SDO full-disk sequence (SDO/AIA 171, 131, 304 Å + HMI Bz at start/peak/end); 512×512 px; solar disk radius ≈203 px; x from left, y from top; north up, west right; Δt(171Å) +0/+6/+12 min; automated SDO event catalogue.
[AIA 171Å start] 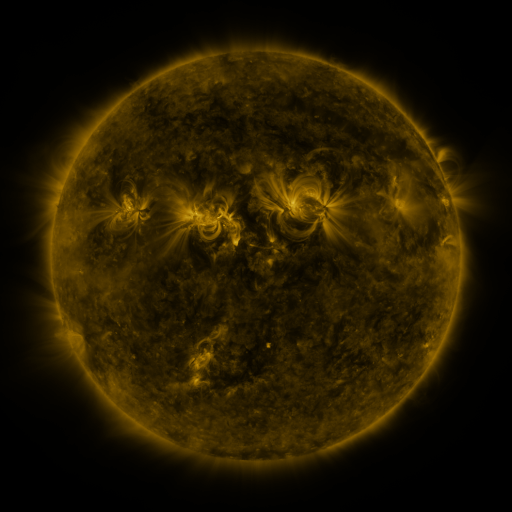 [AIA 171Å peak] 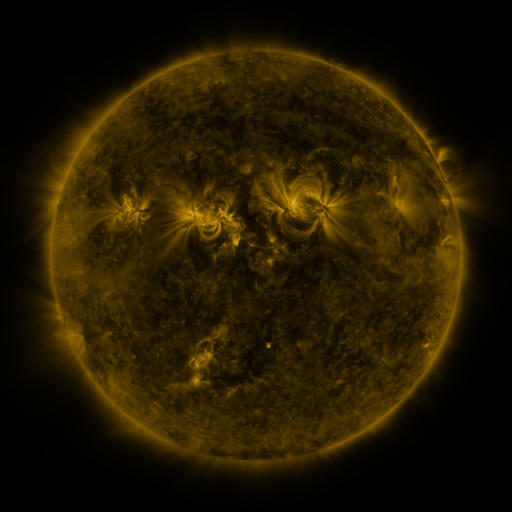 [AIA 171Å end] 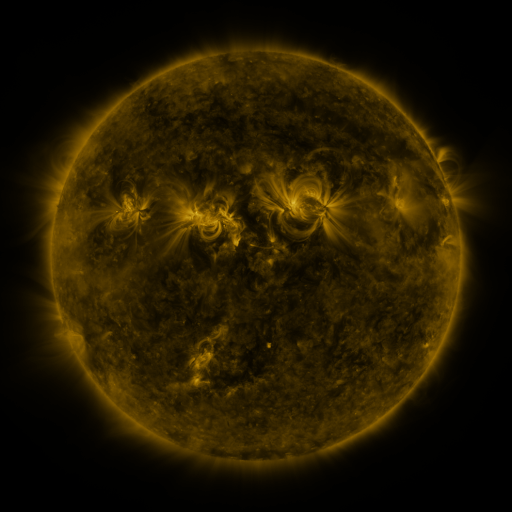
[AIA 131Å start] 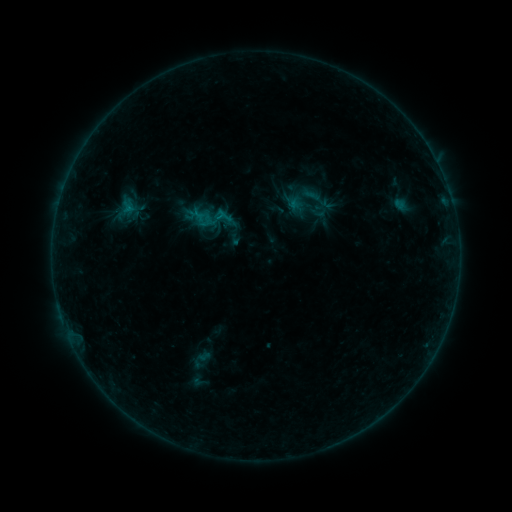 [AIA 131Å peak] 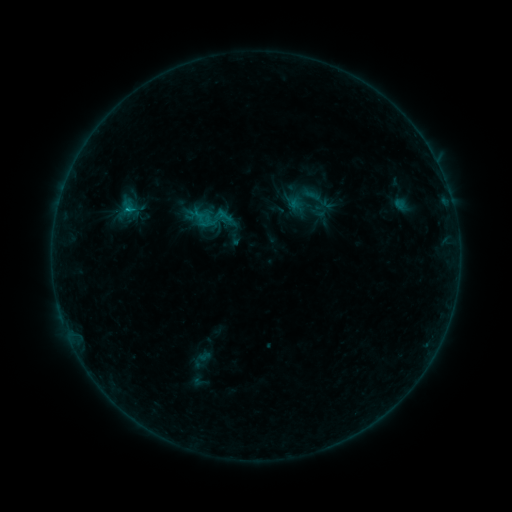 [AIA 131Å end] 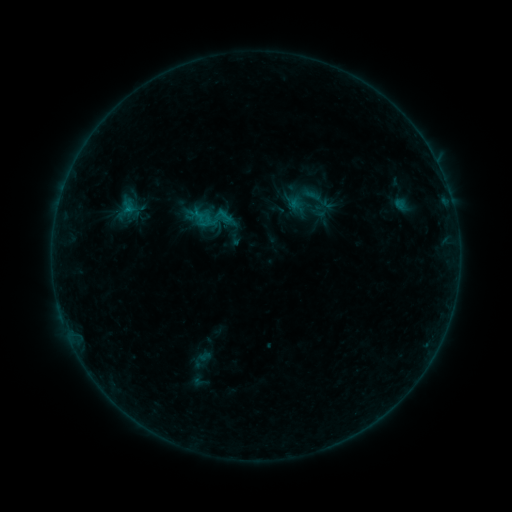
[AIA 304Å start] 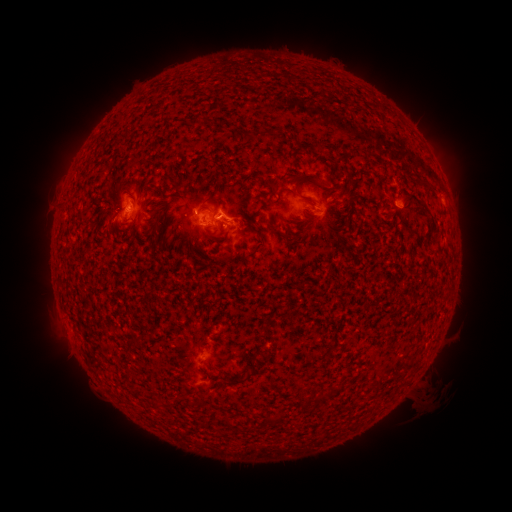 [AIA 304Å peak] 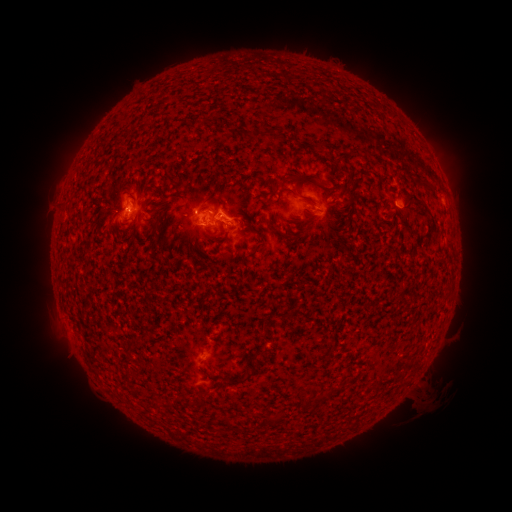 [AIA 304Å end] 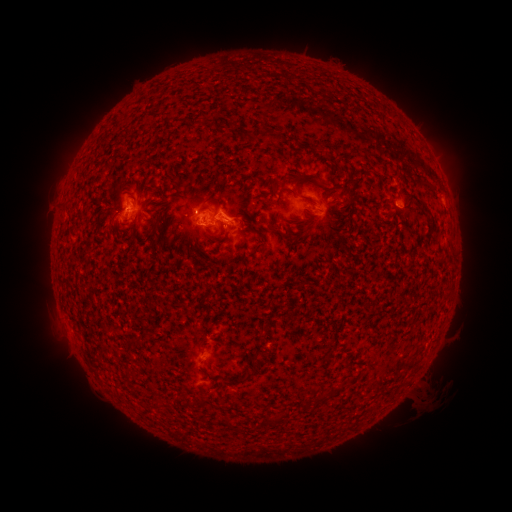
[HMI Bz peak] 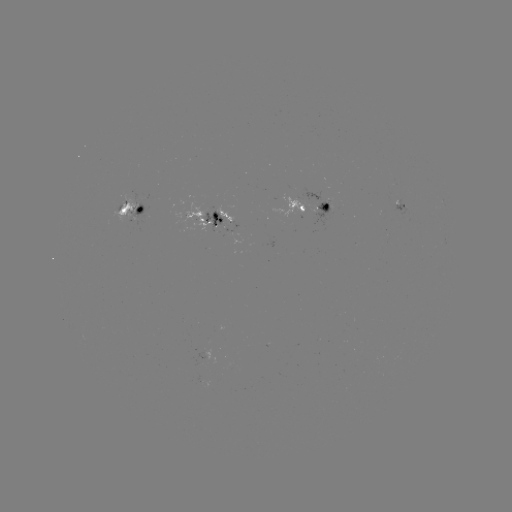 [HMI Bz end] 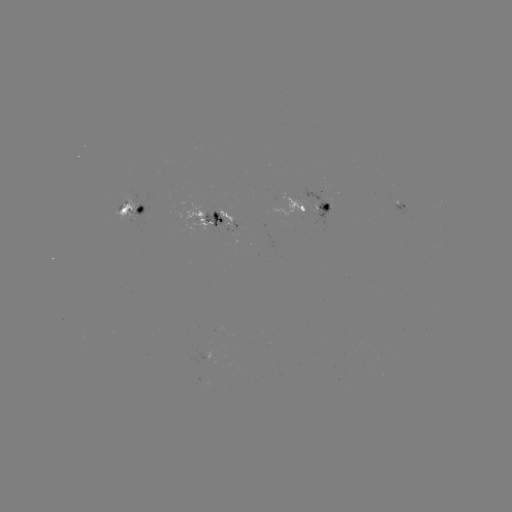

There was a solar flare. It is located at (128, 211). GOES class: B5.4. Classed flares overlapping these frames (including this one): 1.